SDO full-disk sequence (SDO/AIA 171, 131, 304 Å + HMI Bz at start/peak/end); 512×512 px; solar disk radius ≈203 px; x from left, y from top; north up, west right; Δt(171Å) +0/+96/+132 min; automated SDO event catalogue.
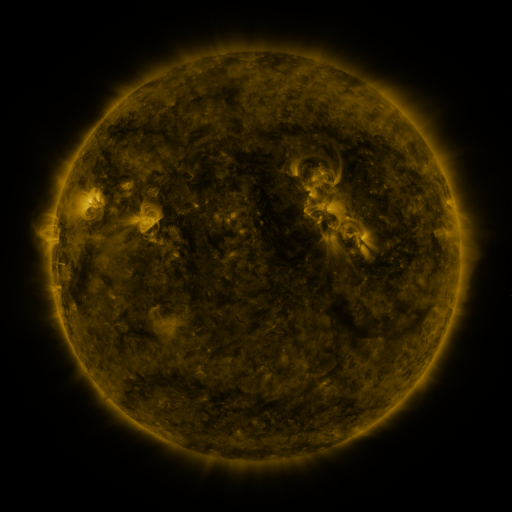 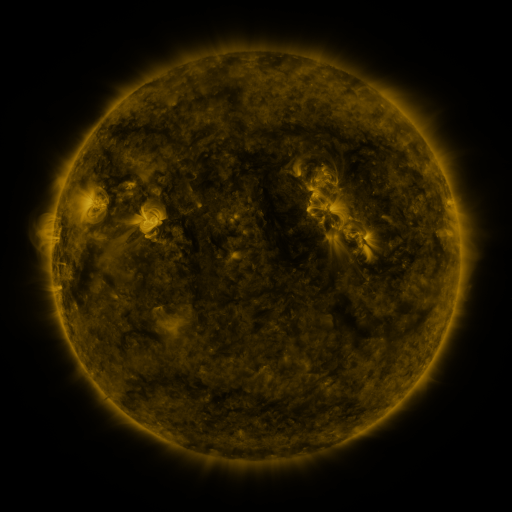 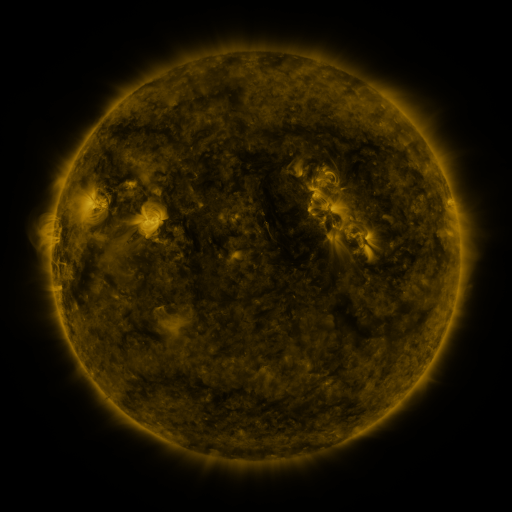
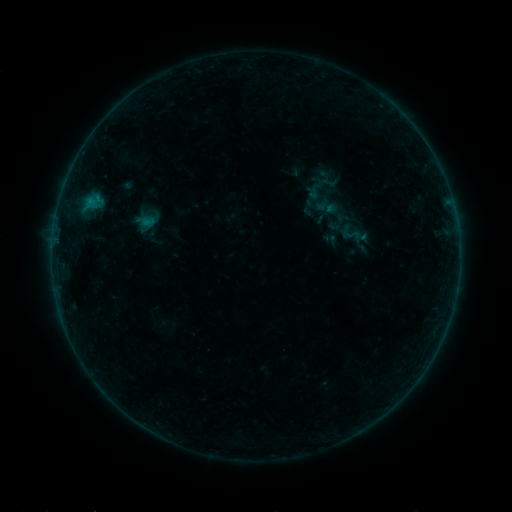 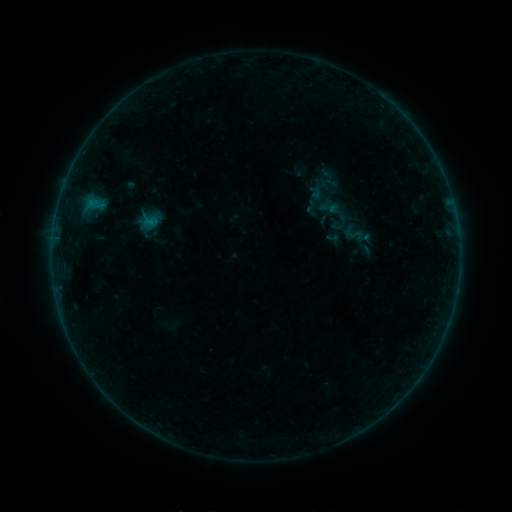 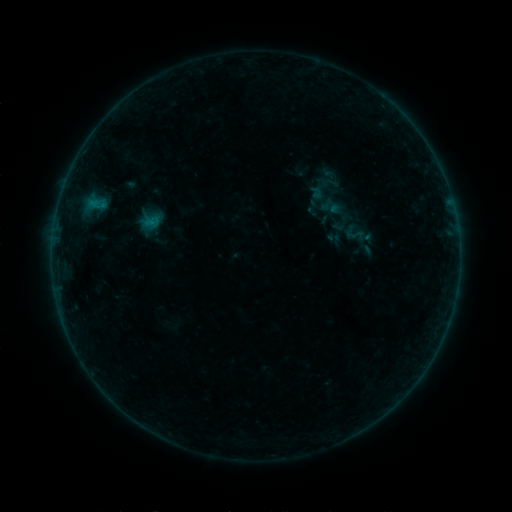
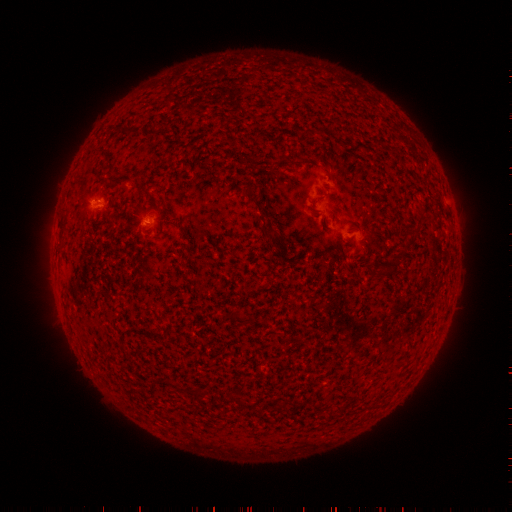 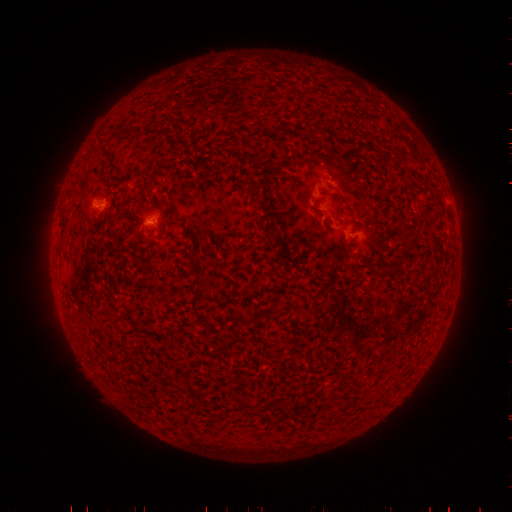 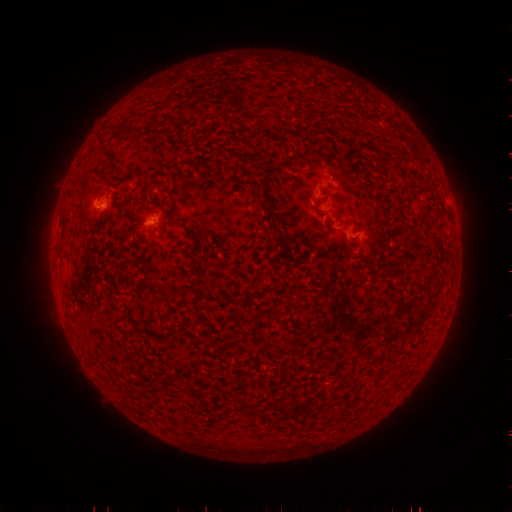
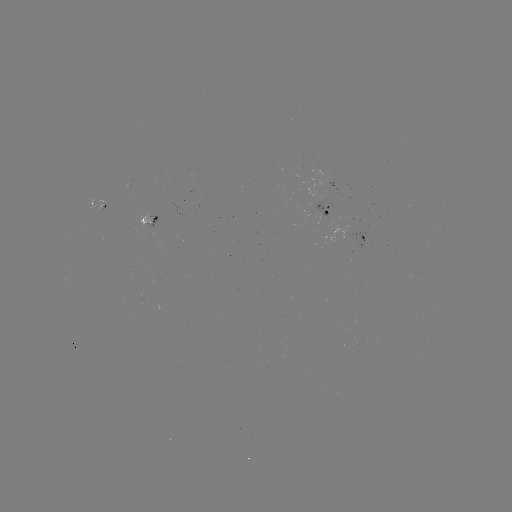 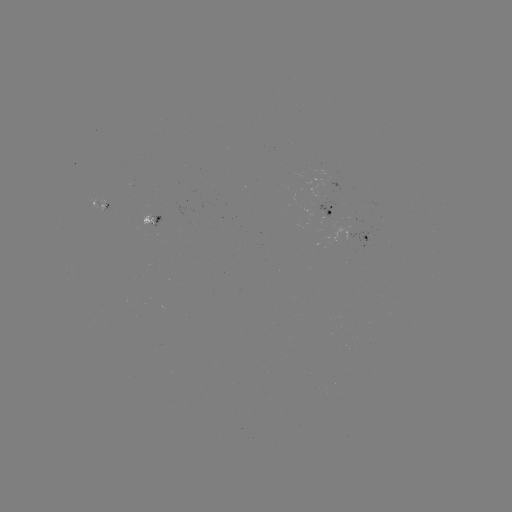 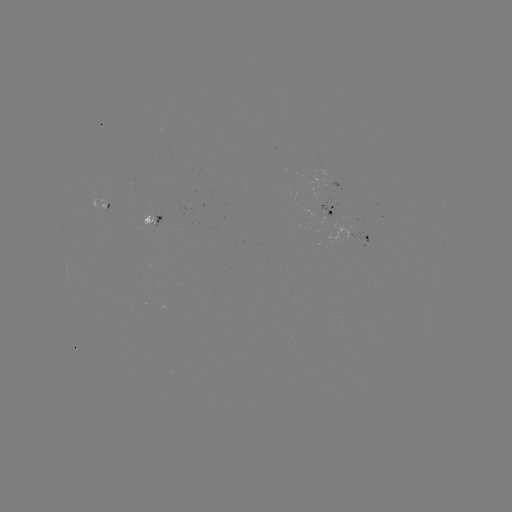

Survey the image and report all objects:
emerging-flux region: (353, 227)
